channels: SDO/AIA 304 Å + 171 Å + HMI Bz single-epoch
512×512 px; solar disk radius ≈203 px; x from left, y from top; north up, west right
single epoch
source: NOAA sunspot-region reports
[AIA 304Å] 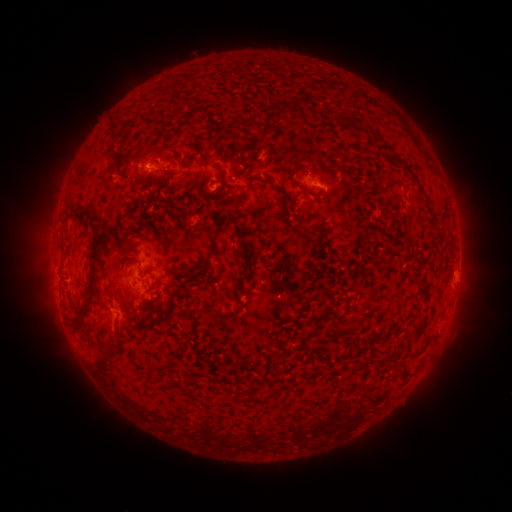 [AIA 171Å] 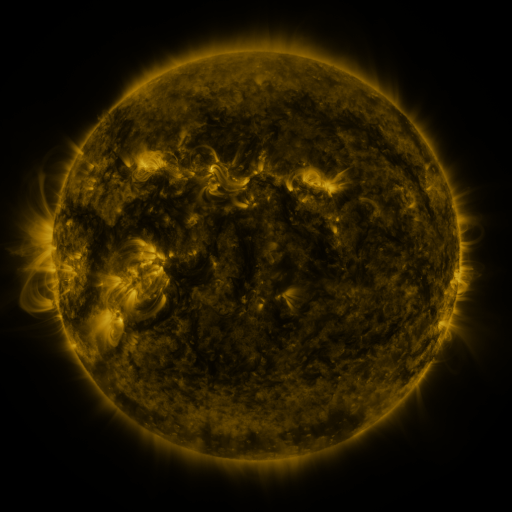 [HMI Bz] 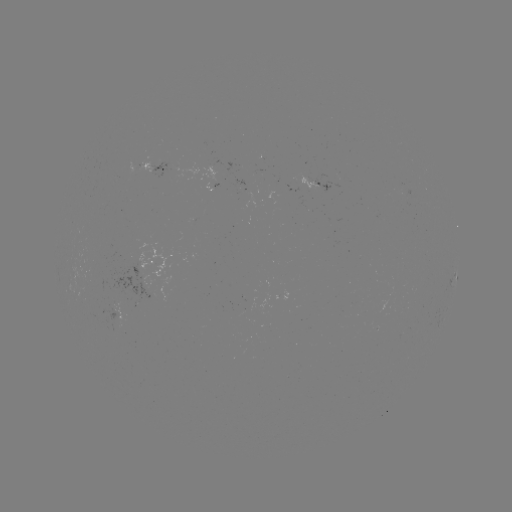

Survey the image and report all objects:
spotted active region: (156, 169)
spotted active region: (317, 183)
spotted active region: (157, 258)
spotted active region: (454, 279)
